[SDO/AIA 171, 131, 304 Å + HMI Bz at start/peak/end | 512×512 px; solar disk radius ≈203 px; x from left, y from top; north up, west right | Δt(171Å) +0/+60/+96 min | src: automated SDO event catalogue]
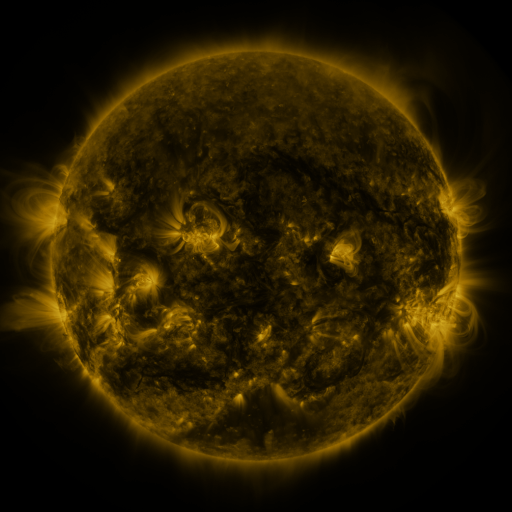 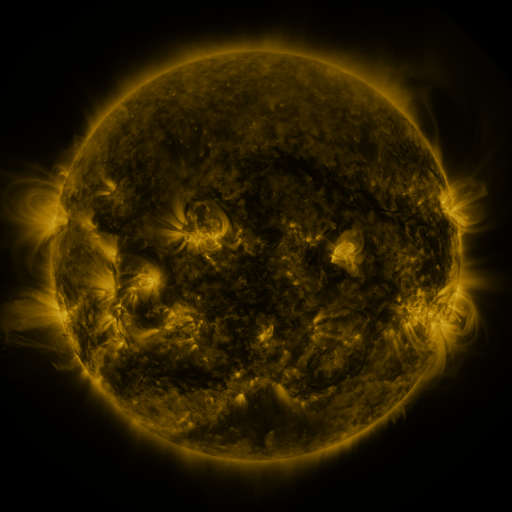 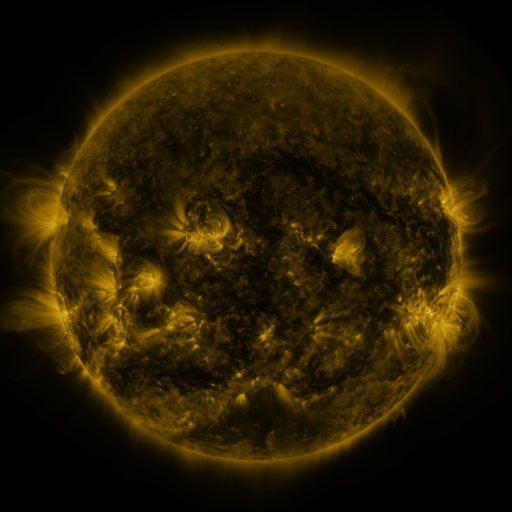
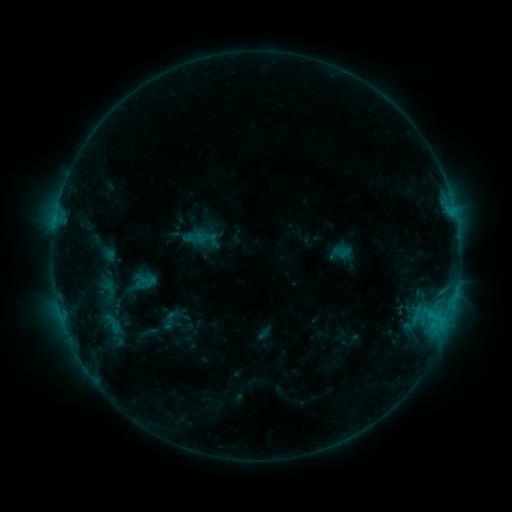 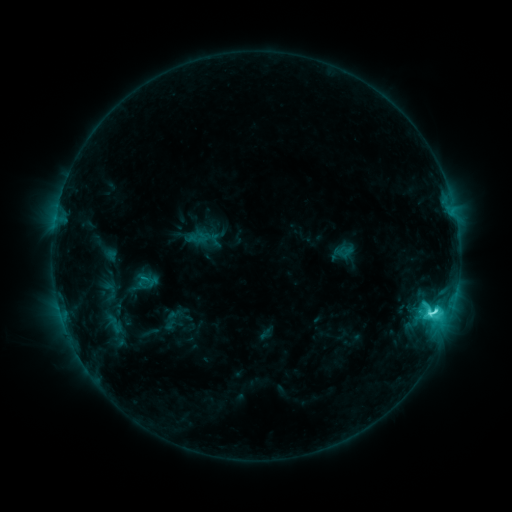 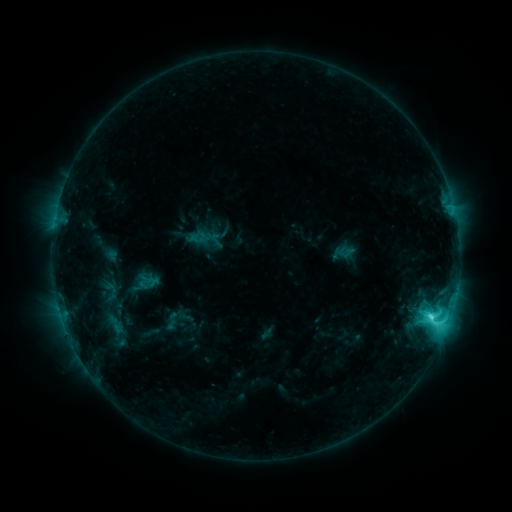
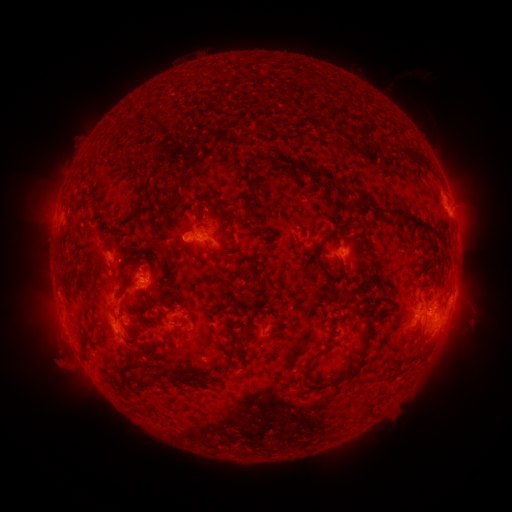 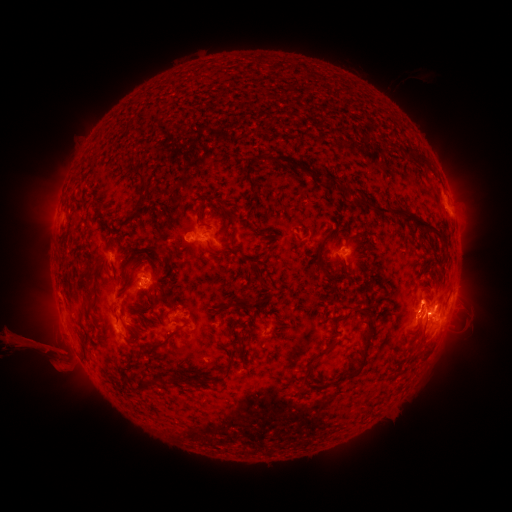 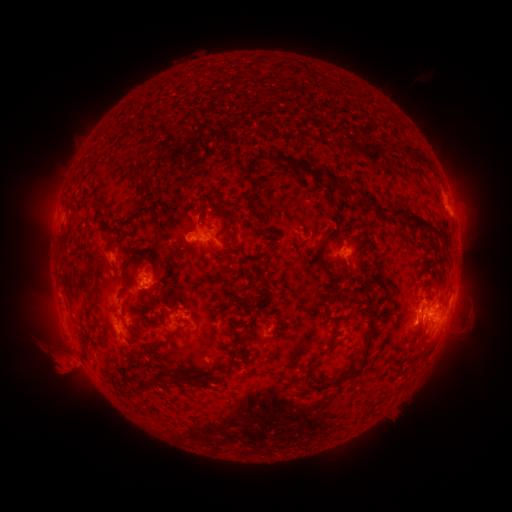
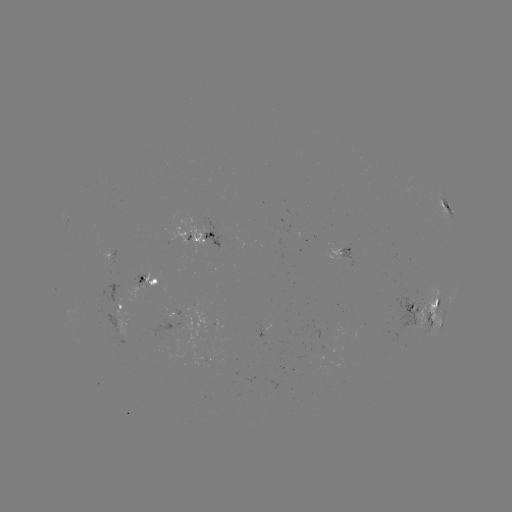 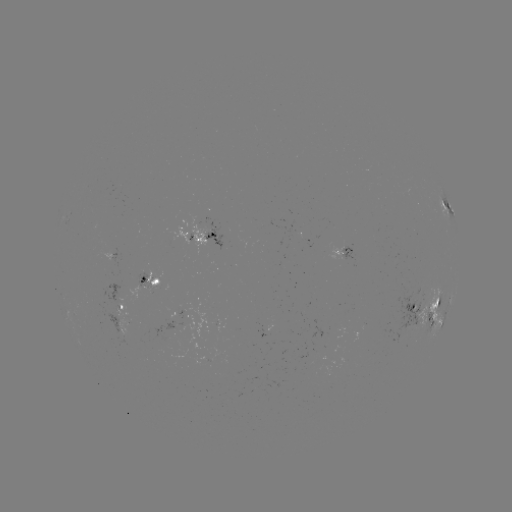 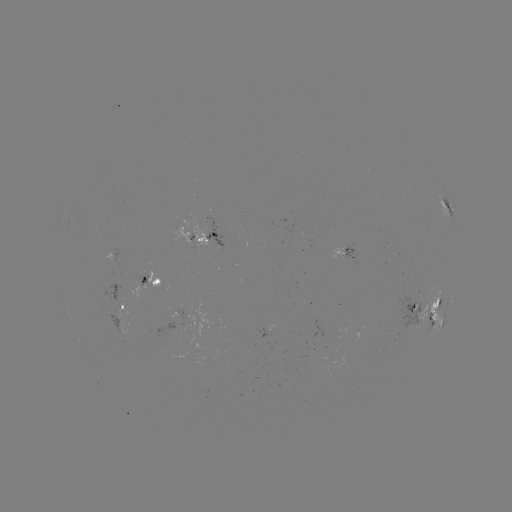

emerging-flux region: (402, 327, 416, 332)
